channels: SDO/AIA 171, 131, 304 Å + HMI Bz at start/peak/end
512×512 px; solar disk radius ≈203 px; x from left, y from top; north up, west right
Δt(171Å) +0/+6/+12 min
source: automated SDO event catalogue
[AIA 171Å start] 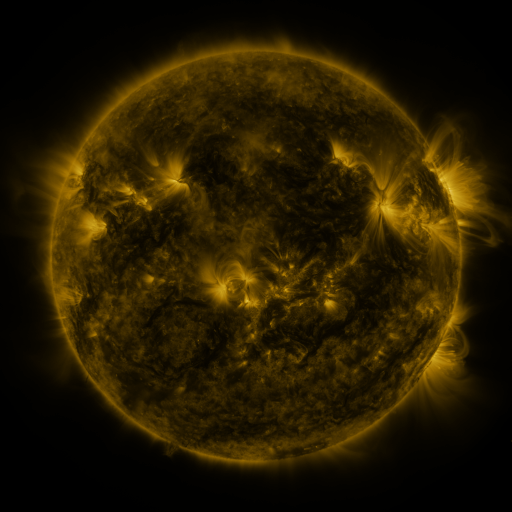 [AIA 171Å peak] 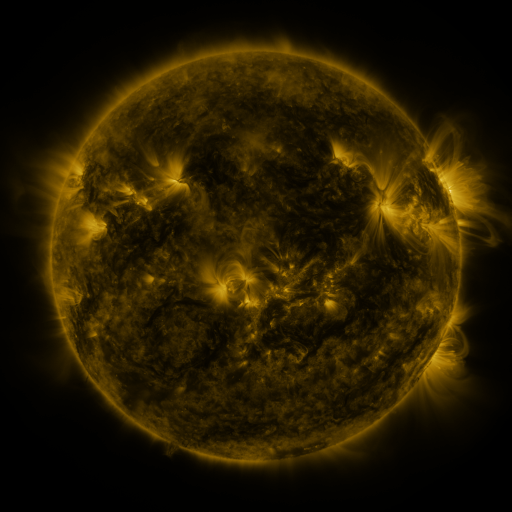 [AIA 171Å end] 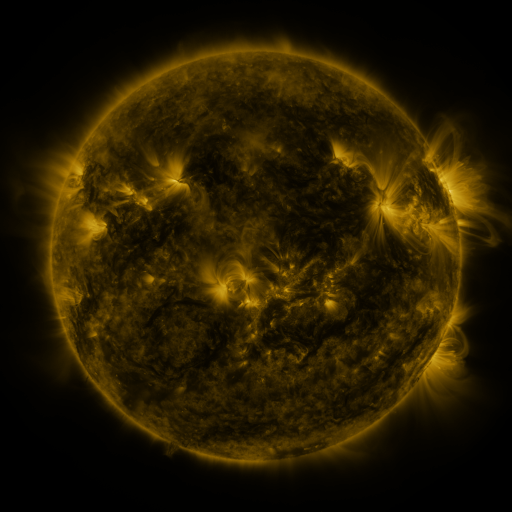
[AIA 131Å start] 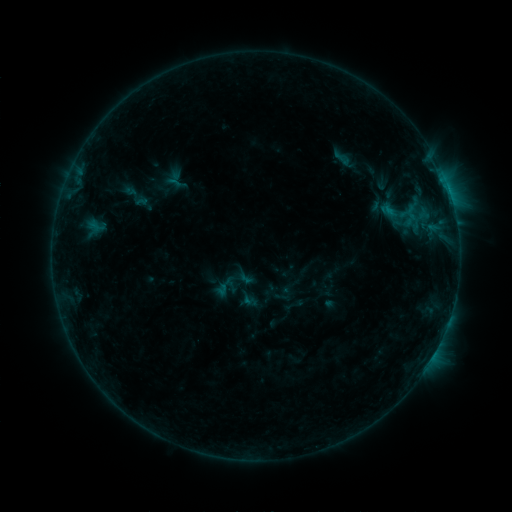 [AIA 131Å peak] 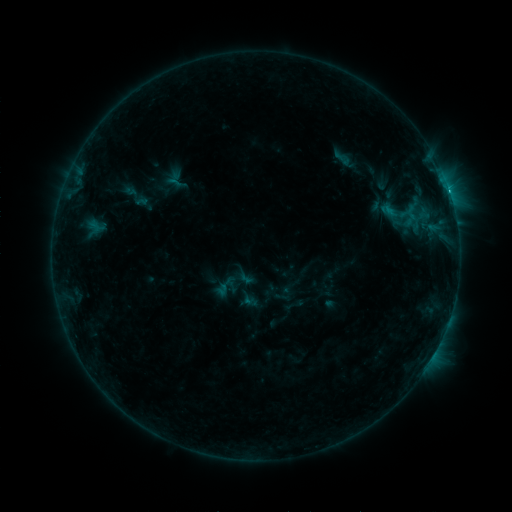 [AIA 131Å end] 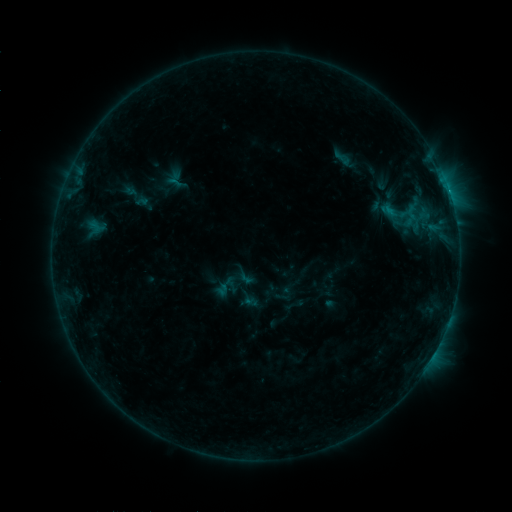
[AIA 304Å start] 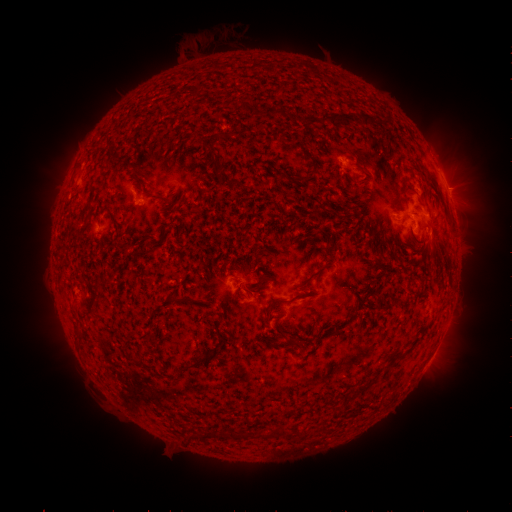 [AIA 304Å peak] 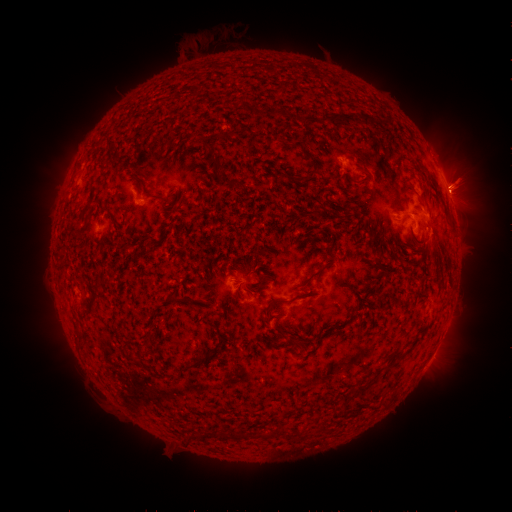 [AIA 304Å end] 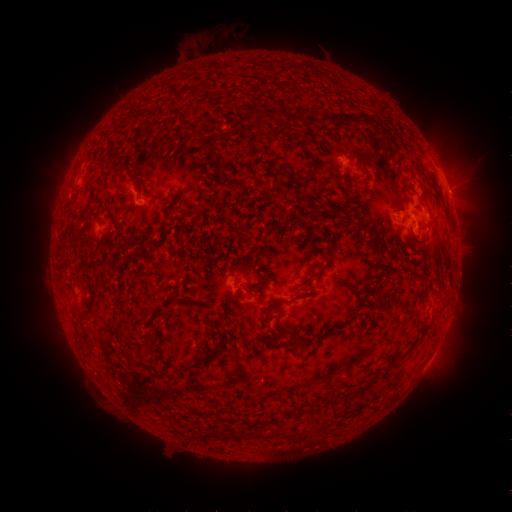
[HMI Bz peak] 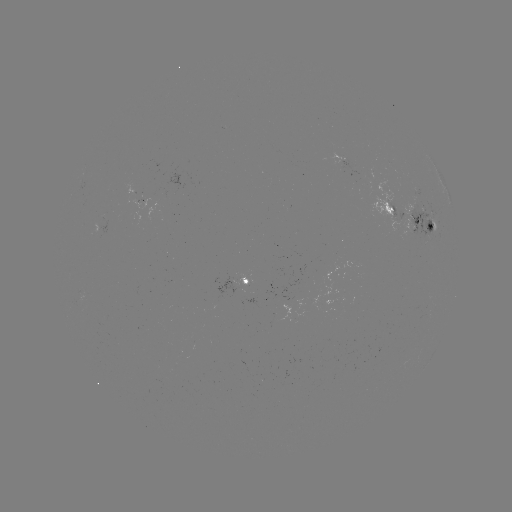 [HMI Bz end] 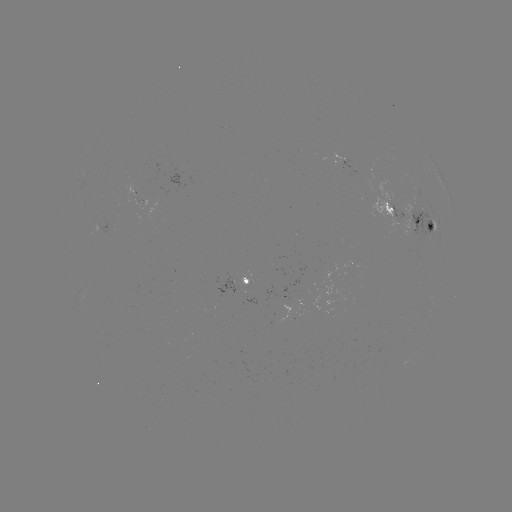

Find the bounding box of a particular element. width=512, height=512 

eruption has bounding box [433, 151, 497, 237].